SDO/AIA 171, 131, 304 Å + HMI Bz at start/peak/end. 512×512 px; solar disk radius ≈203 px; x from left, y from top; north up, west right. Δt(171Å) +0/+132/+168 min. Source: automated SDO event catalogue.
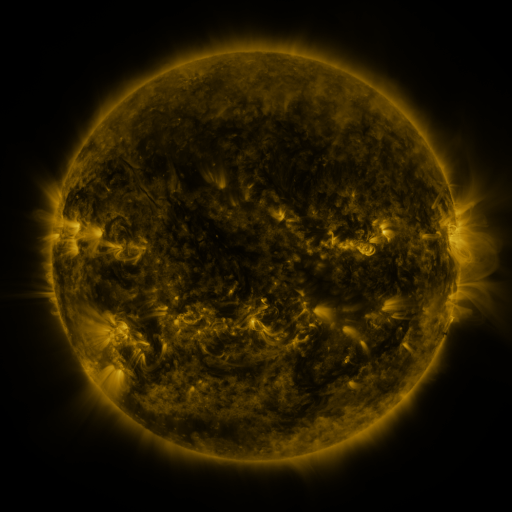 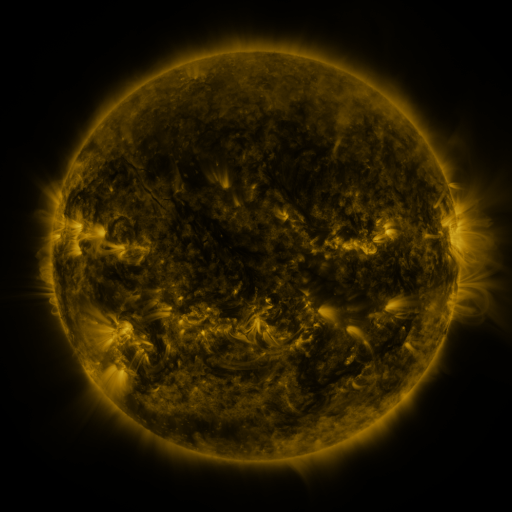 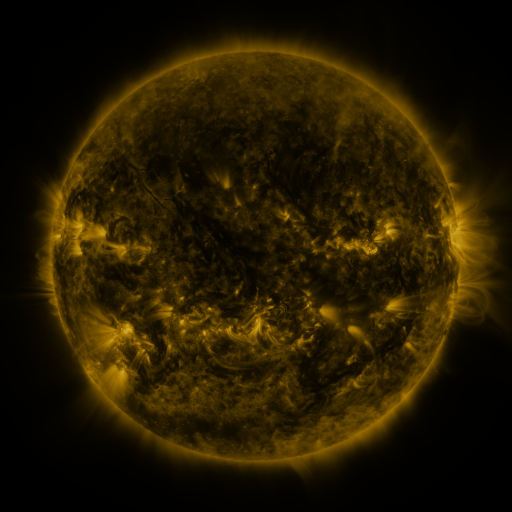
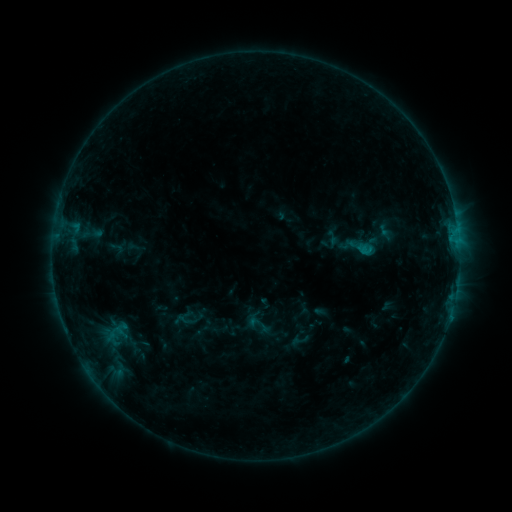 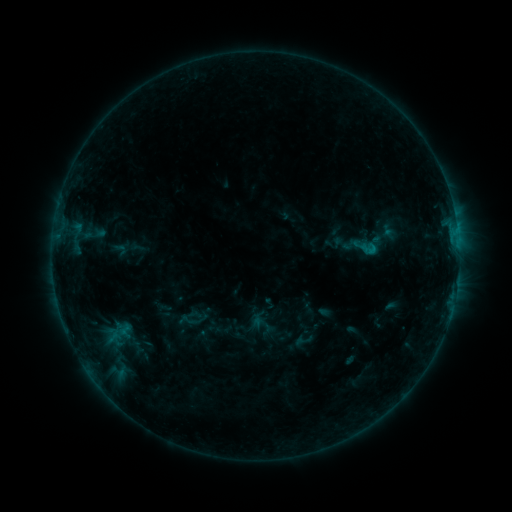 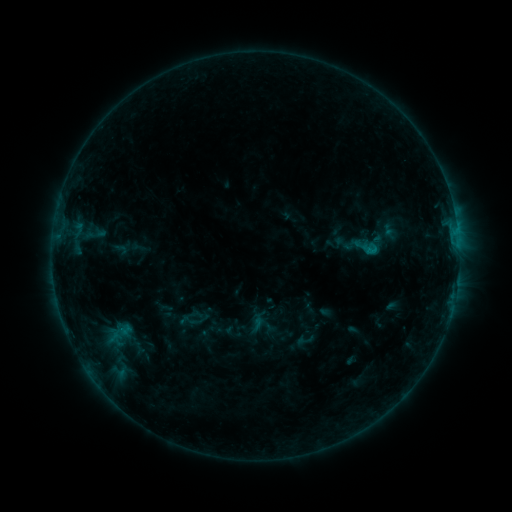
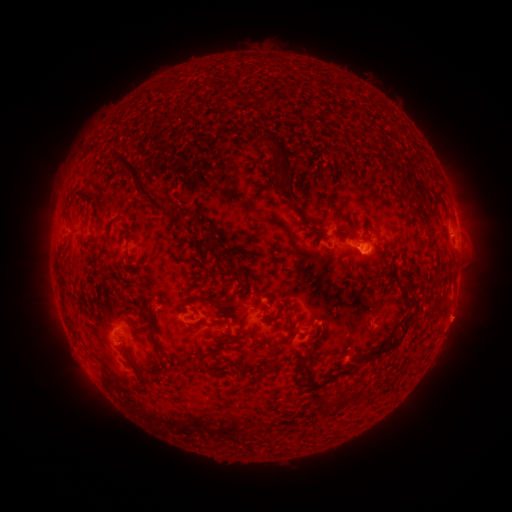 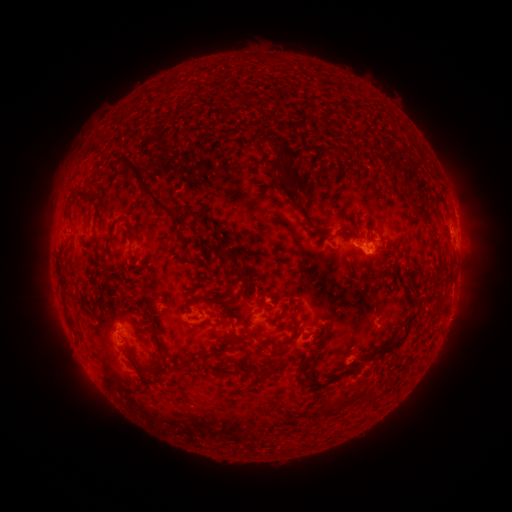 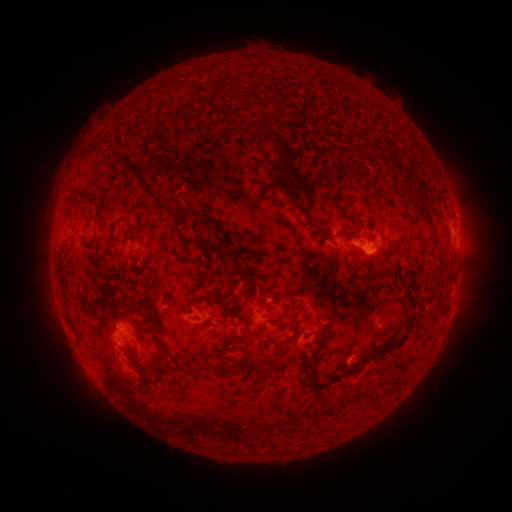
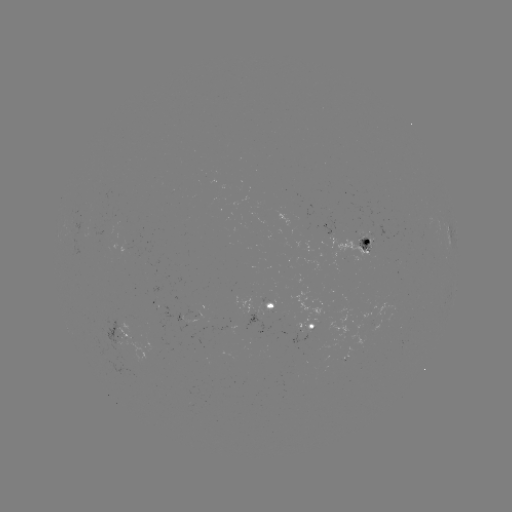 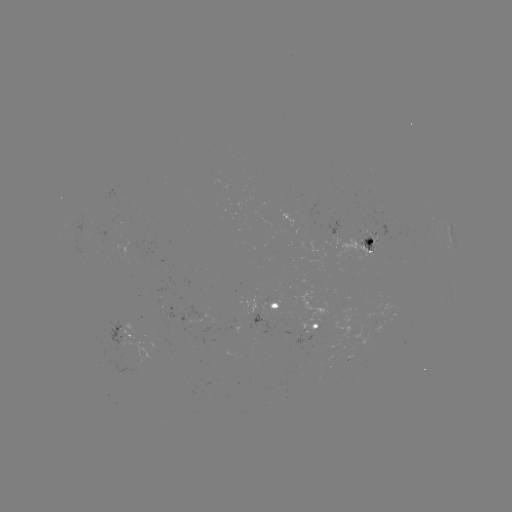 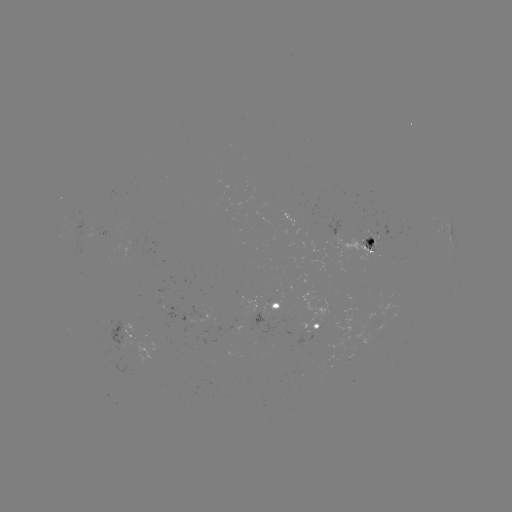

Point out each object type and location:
emerging-flux region: (120, 338)
